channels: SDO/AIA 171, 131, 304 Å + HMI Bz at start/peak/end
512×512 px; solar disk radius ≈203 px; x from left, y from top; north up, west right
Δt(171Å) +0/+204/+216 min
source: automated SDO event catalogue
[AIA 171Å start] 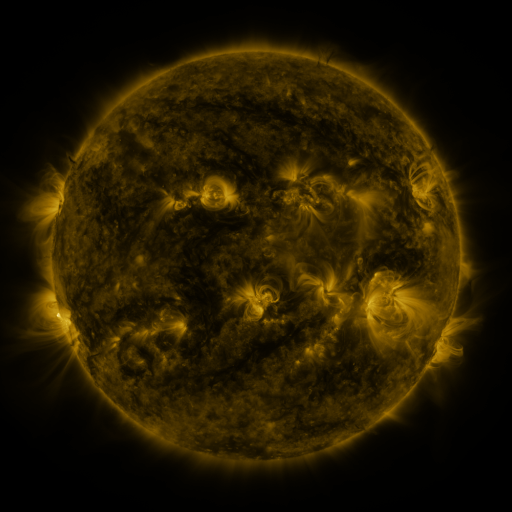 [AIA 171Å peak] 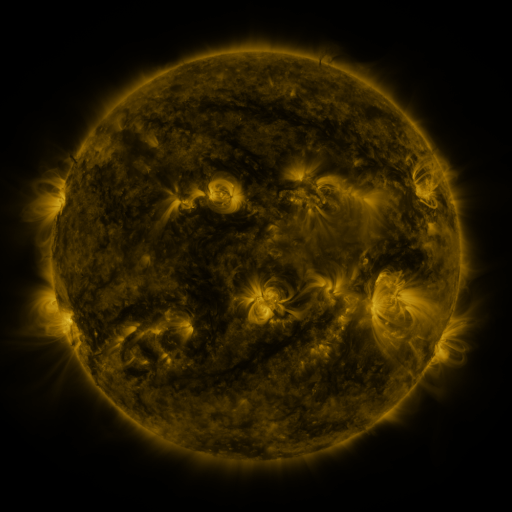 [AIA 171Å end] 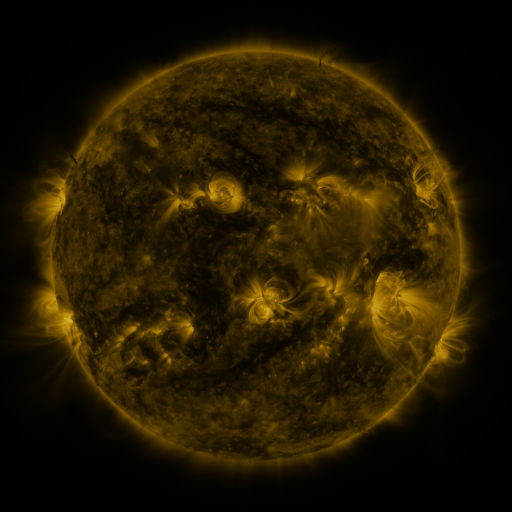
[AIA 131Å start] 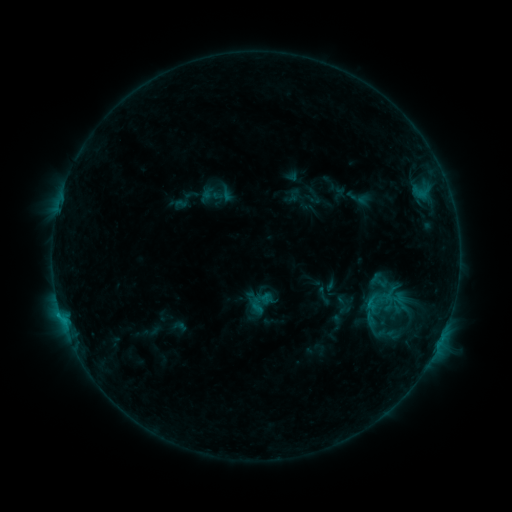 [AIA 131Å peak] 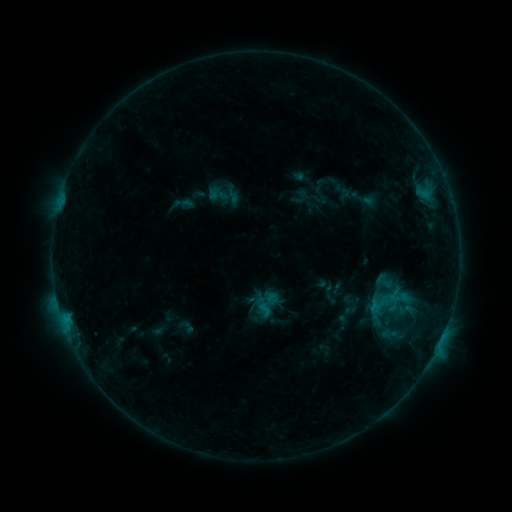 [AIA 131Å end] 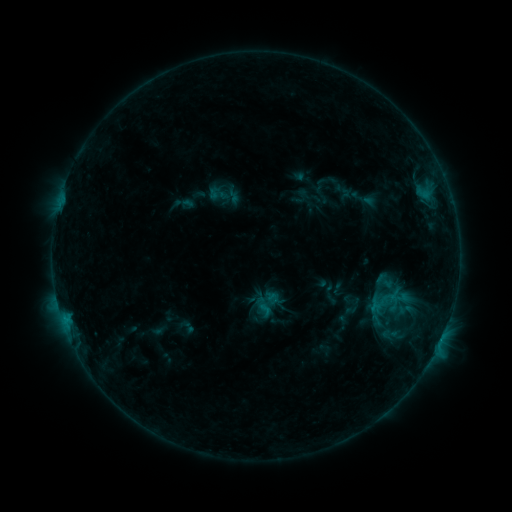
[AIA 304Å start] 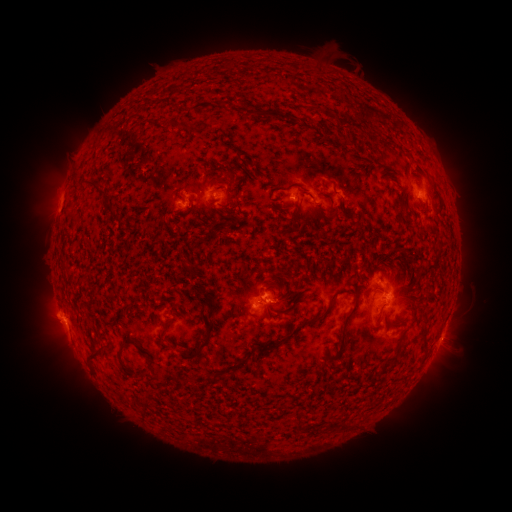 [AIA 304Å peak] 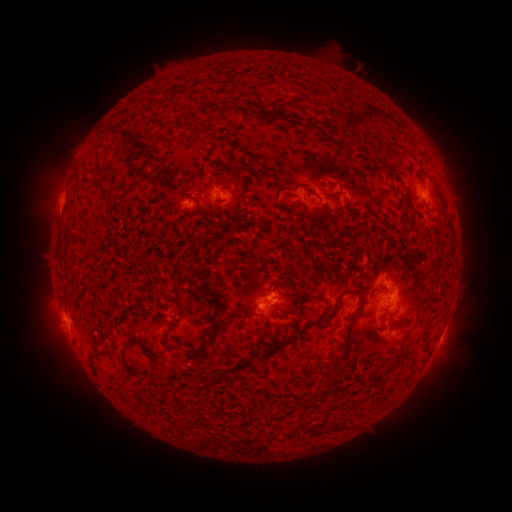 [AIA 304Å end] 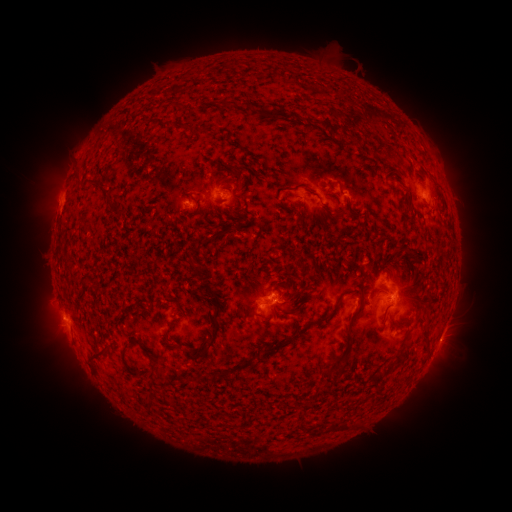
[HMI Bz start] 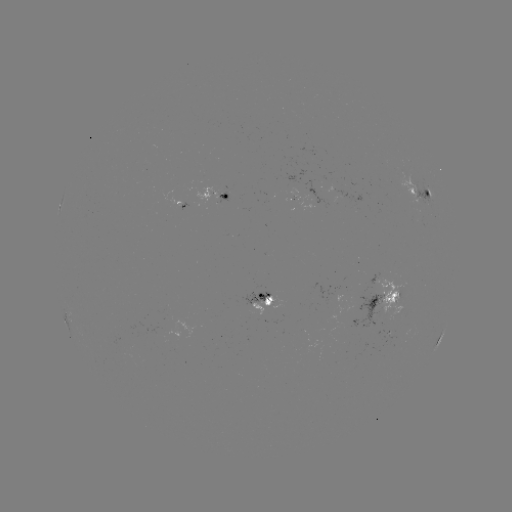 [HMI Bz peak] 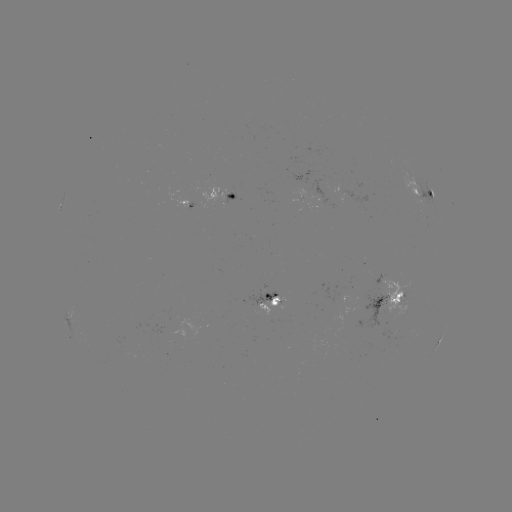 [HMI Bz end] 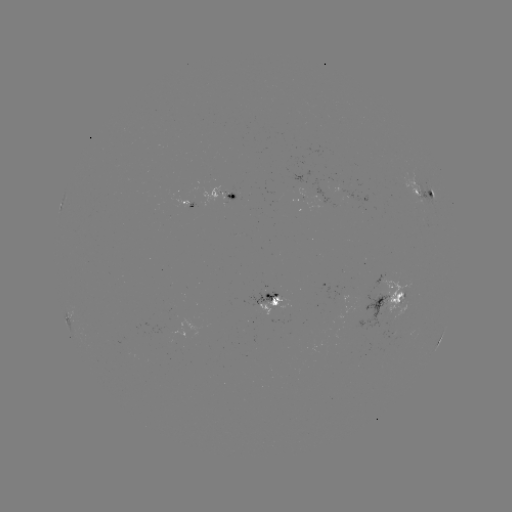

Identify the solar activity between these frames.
emerging-flux region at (262, 304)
